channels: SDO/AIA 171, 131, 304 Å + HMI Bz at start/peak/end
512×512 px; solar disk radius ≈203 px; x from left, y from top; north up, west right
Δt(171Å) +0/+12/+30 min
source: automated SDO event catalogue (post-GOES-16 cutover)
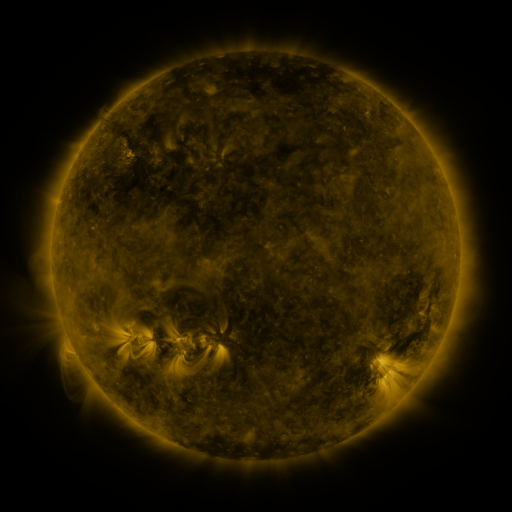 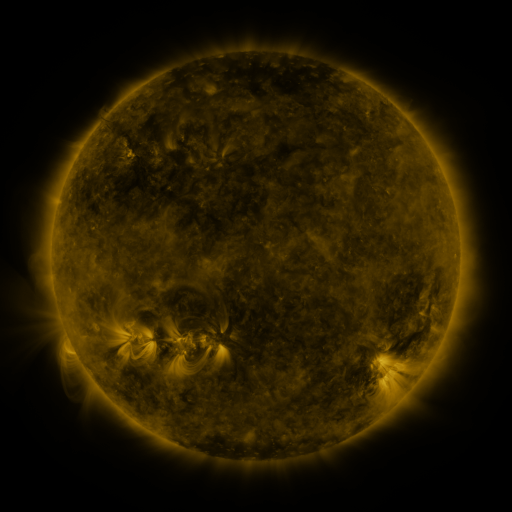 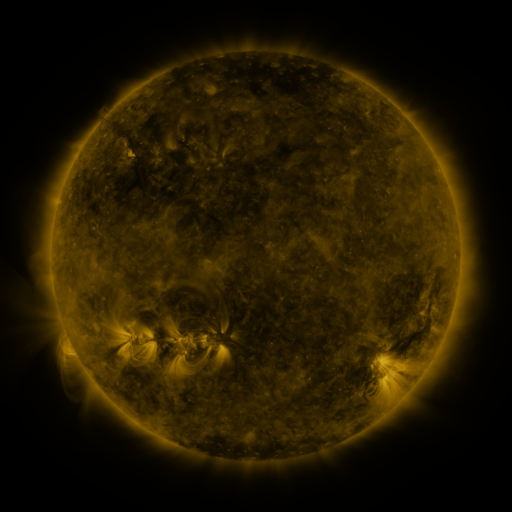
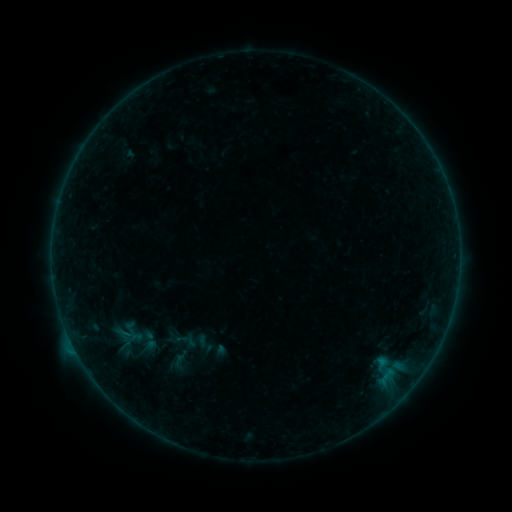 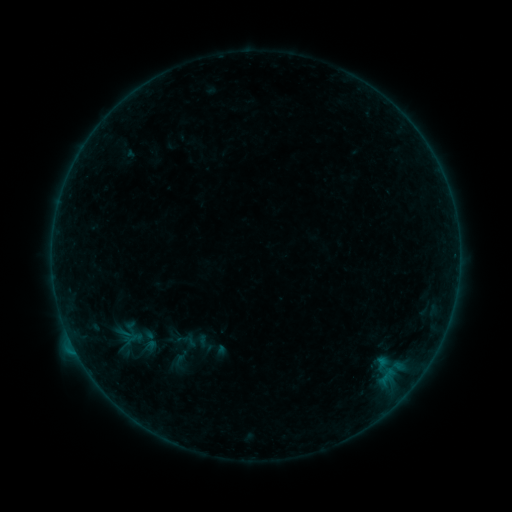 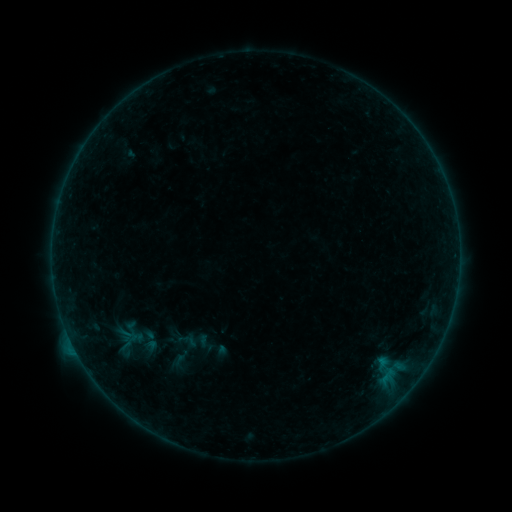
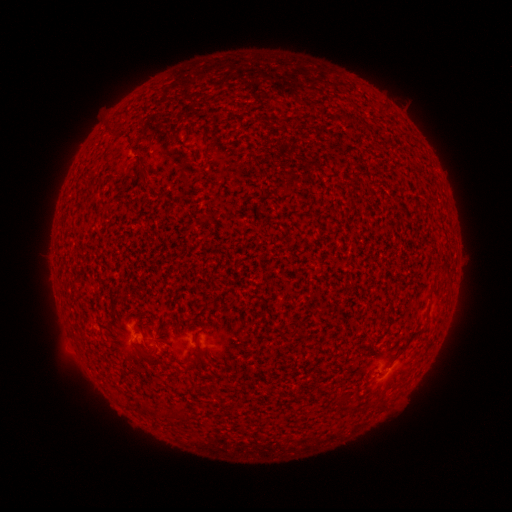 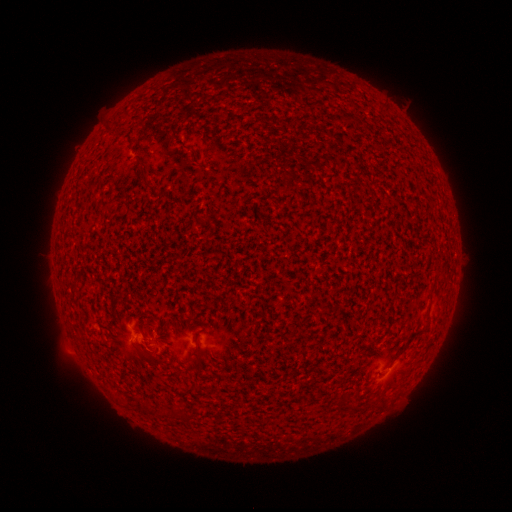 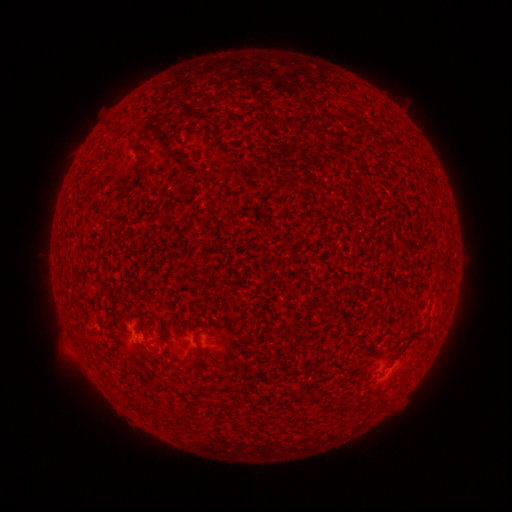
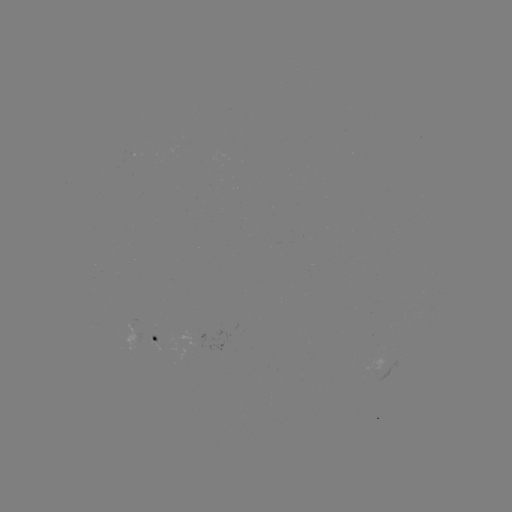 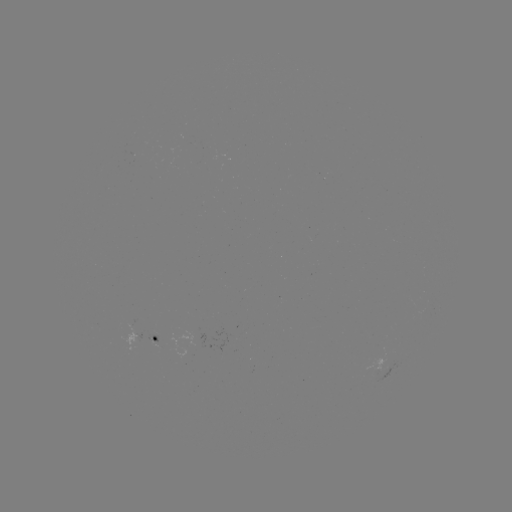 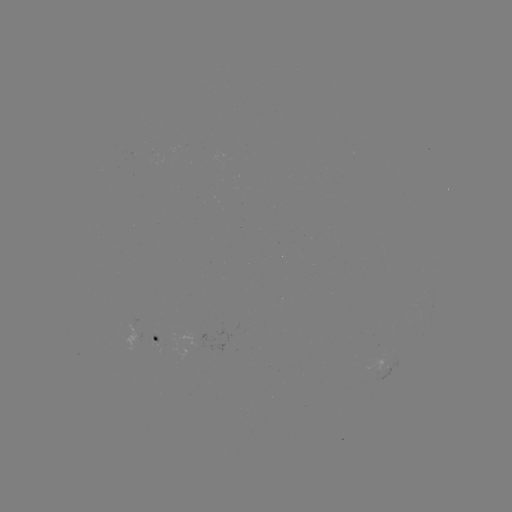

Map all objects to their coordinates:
B1.7 flare: (129, 337)
